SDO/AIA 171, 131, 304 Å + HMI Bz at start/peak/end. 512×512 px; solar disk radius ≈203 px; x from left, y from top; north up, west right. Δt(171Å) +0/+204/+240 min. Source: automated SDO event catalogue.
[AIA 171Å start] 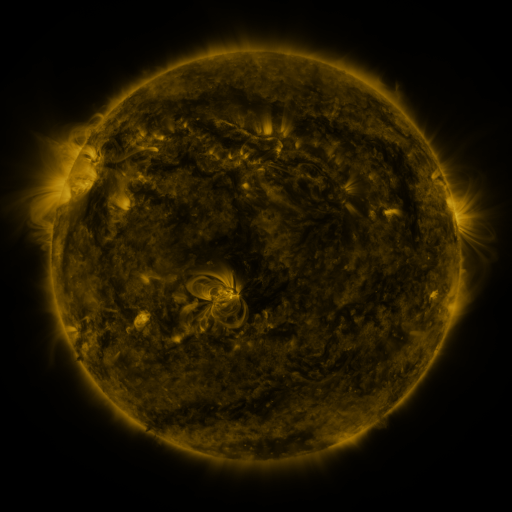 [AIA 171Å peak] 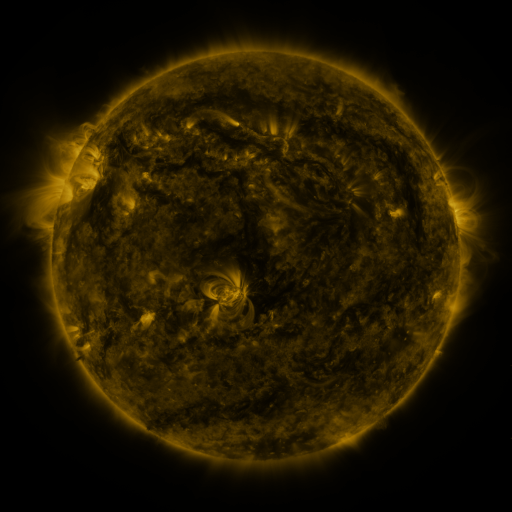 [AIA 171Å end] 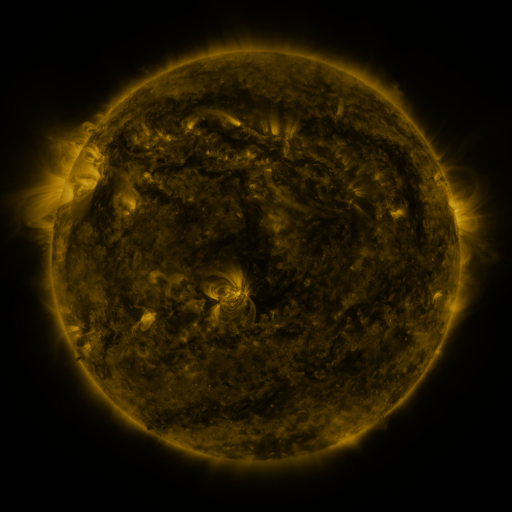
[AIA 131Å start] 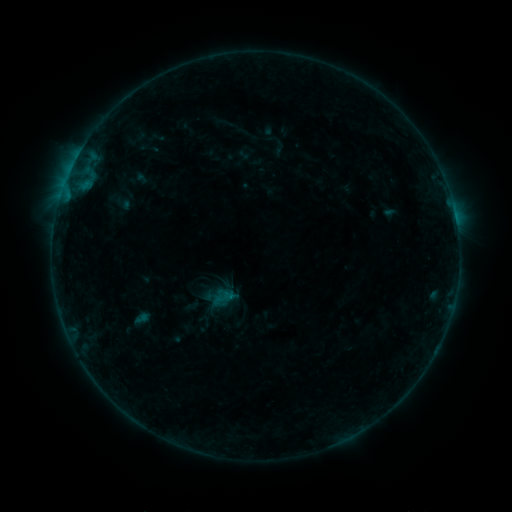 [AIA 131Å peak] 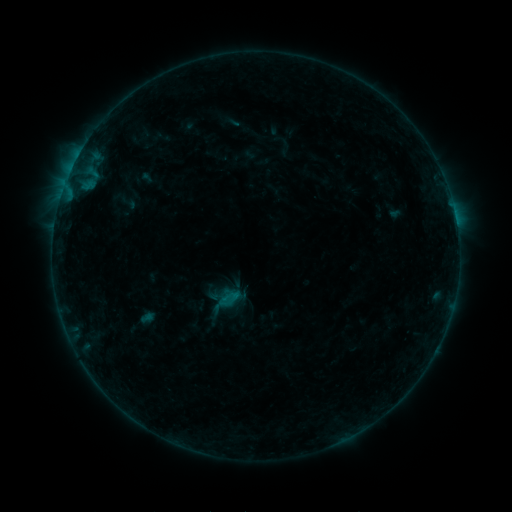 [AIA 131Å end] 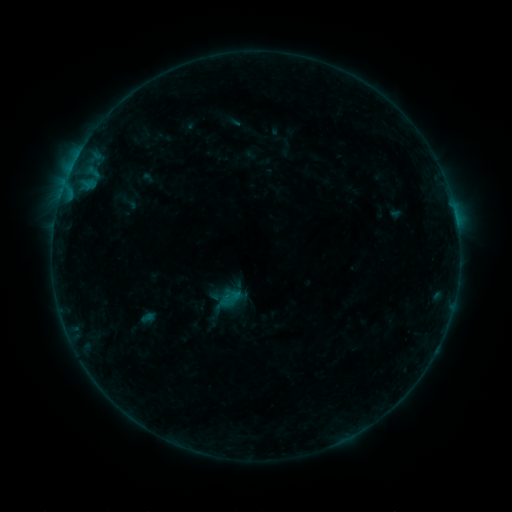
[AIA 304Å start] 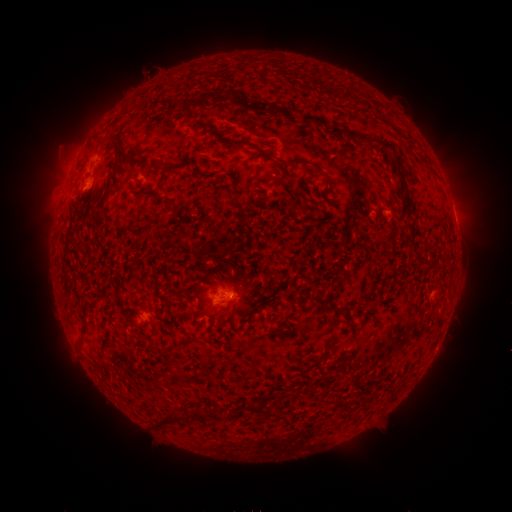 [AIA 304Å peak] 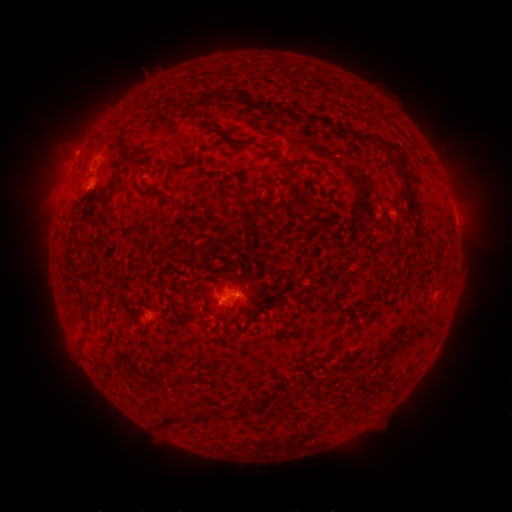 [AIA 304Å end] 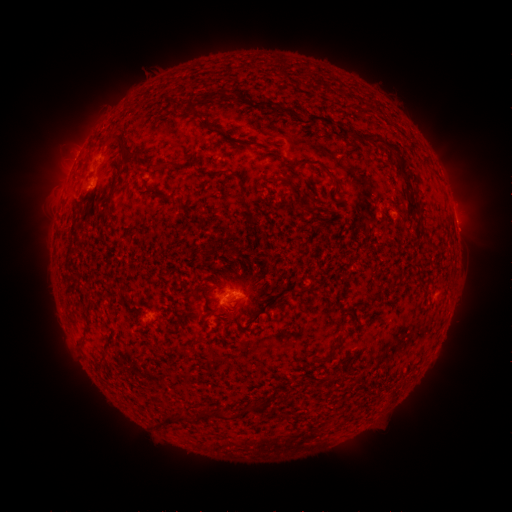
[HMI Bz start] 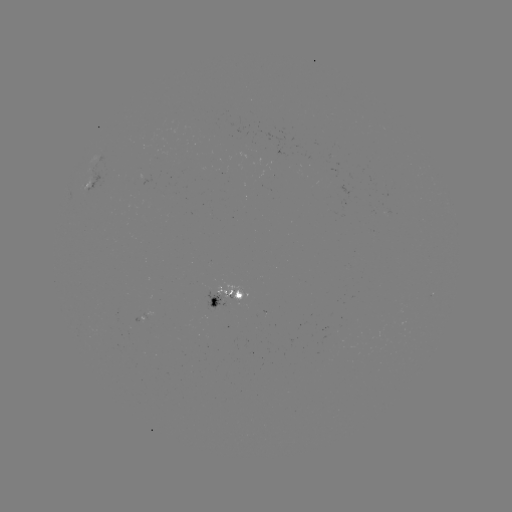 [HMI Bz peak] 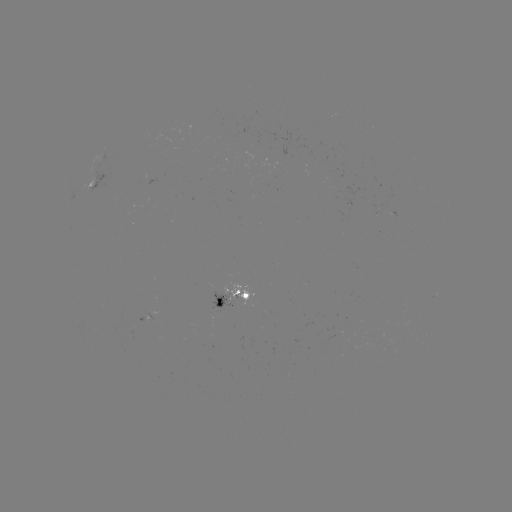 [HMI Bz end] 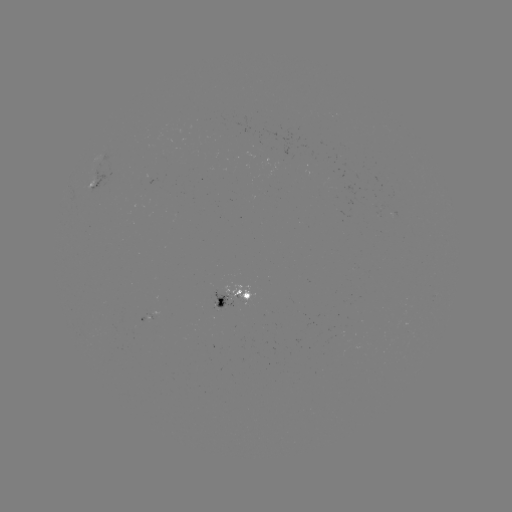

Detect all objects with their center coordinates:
emerging-flux region: (239, 296)
